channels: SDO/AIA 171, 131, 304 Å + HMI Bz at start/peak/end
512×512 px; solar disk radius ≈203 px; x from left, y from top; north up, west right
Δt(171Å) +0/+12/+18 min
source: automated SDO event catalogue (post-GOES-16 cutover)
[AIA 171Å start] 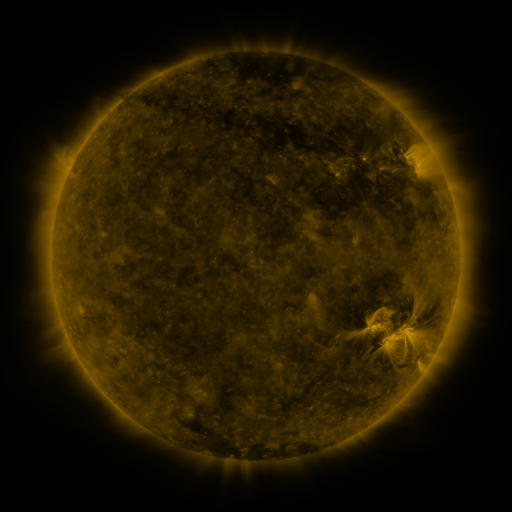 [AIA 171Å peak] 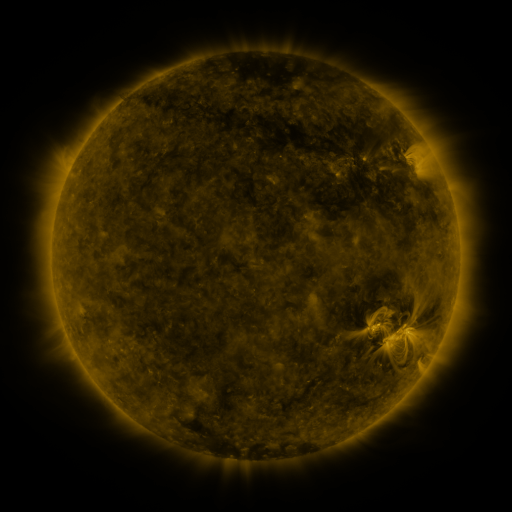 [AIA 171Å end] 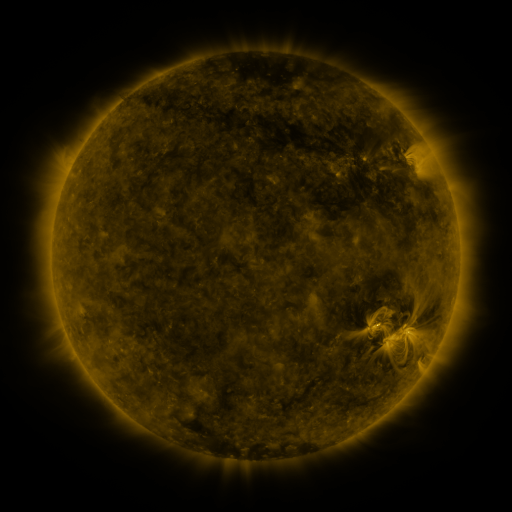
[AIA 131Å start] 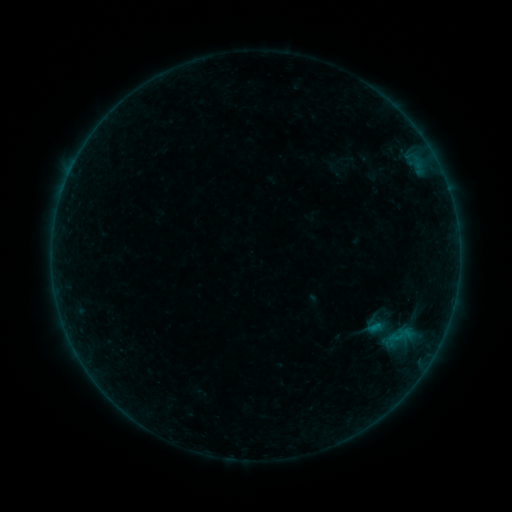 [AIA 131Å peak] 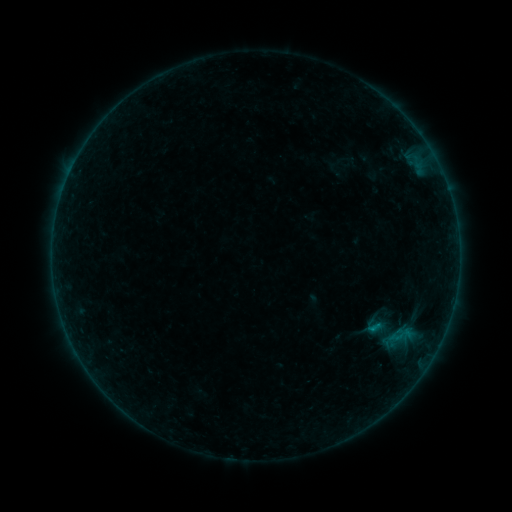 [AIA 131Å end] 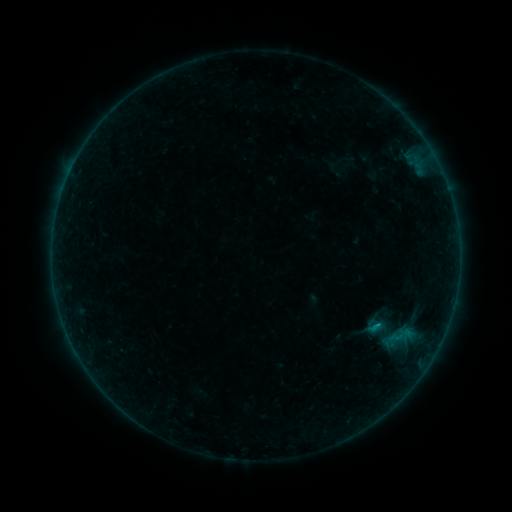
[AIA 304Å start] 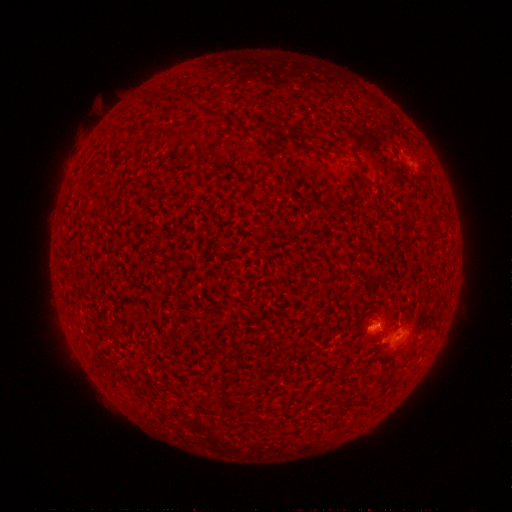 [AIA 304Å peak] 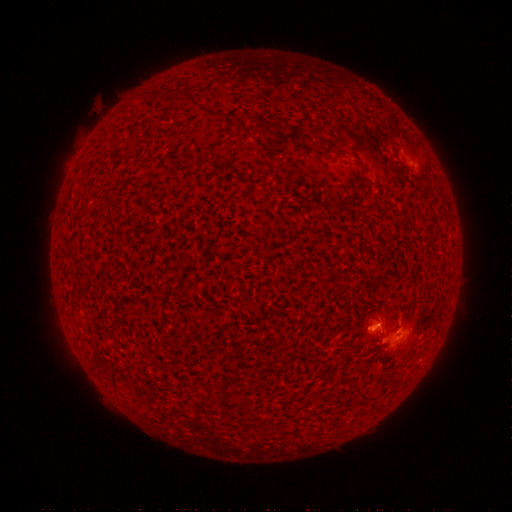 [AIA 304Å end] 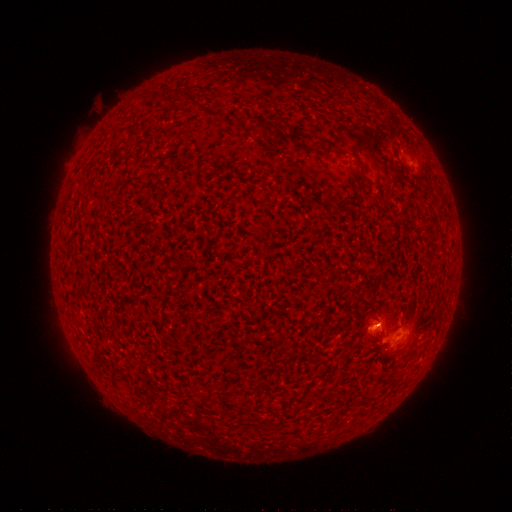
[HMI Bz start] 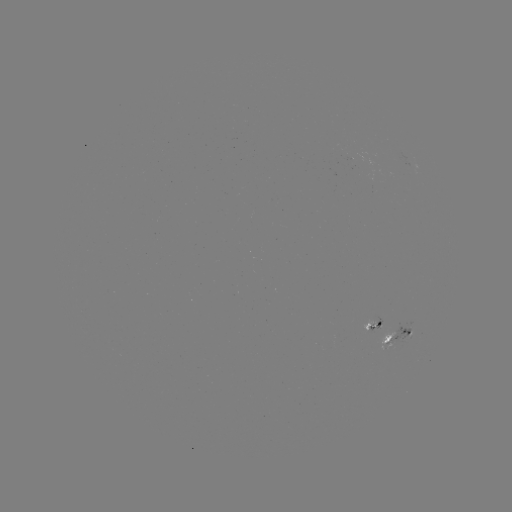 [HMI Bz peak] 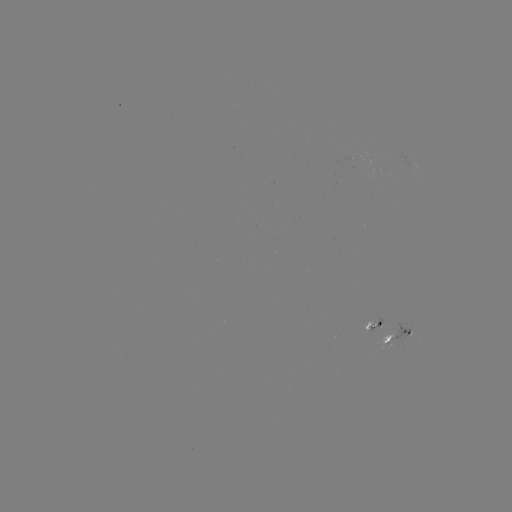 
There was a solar flare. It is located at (370, 328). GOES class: B3.1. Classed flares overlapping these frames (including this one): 2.